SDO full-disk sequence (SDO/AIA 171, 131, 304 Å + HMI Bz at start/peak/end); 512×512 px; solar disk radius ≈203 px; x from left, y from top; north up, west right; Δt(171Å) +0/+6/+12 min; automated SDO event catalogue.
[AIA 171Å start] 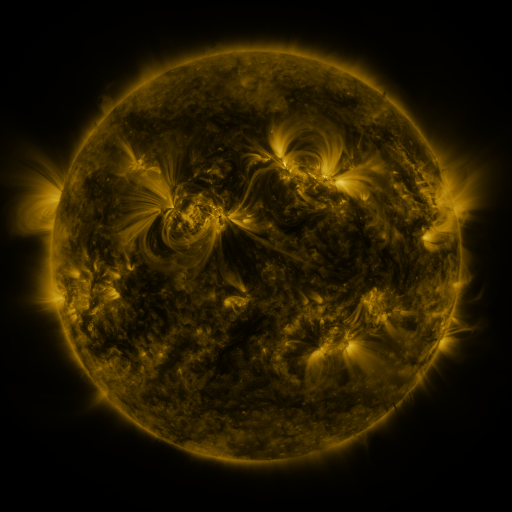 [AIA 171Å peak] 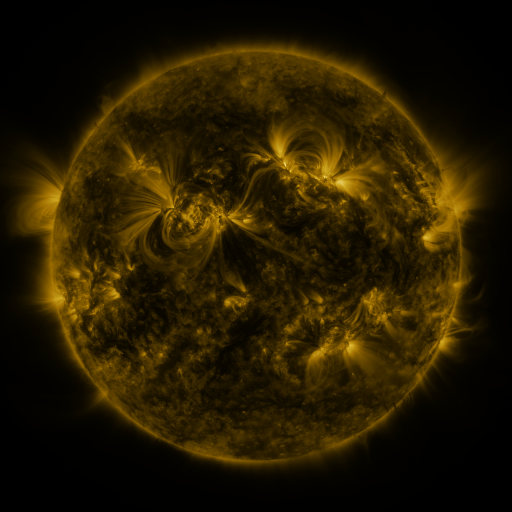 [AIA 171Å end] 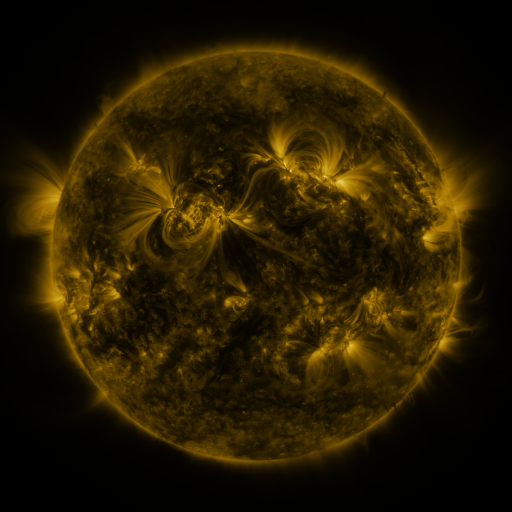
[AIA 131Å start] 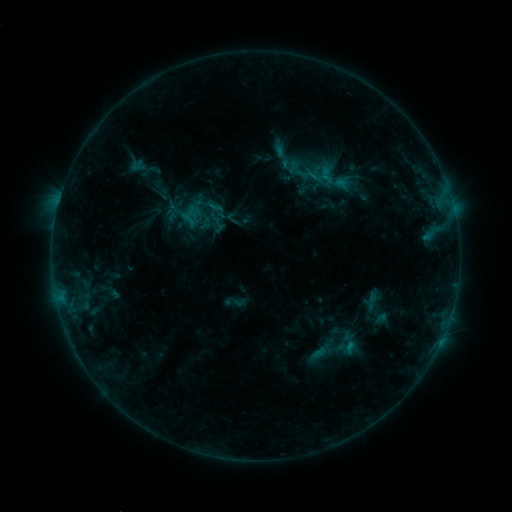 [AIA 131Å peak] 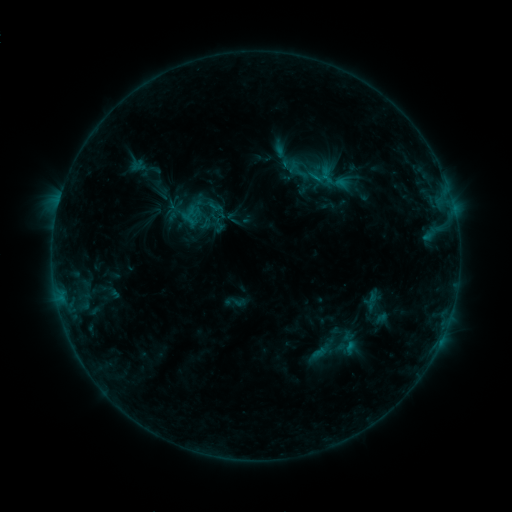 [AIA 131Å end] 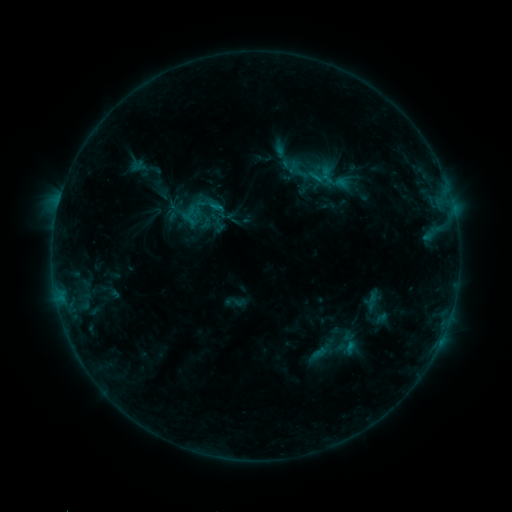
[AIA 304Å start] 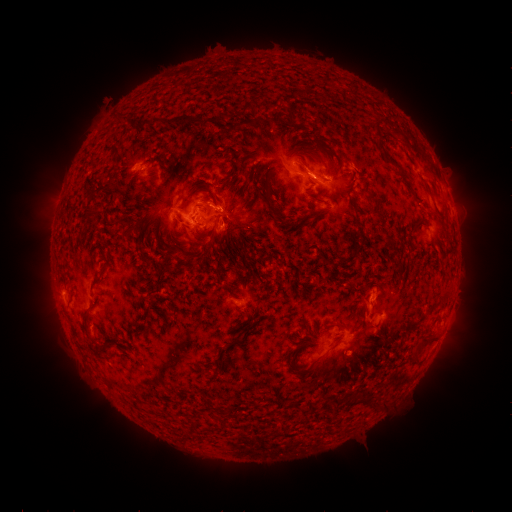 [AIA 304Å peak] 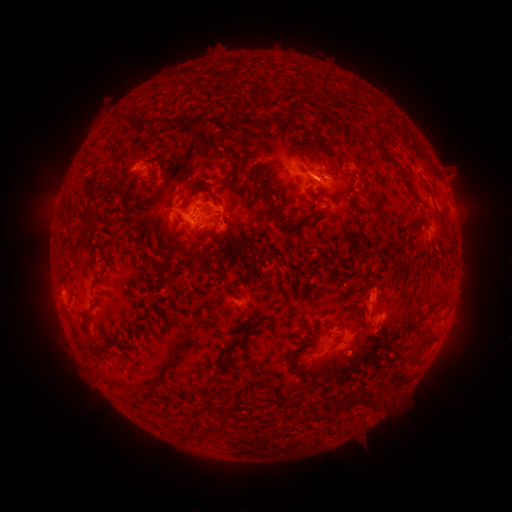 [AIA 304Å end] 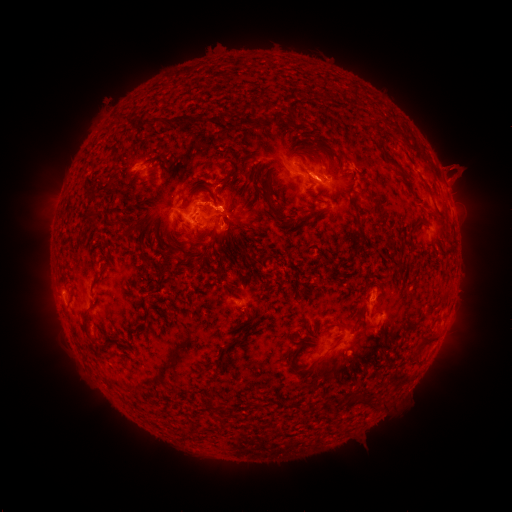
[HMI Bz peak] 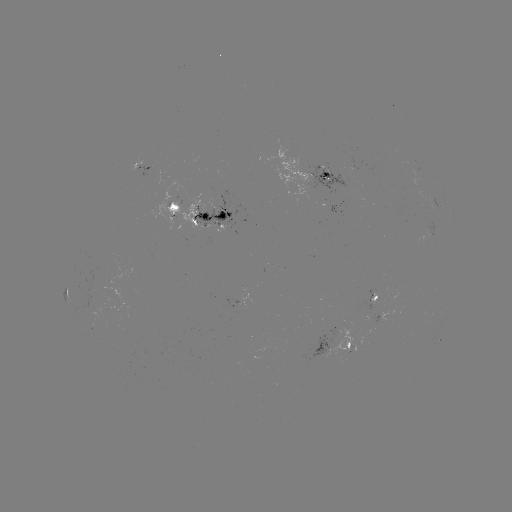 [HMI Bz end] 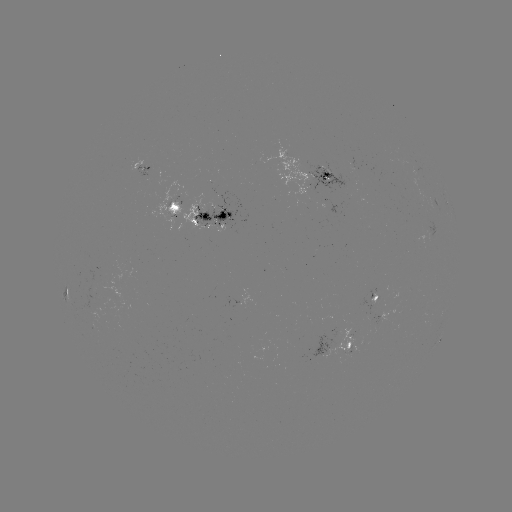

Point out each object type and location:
eruption: (458, 173)
